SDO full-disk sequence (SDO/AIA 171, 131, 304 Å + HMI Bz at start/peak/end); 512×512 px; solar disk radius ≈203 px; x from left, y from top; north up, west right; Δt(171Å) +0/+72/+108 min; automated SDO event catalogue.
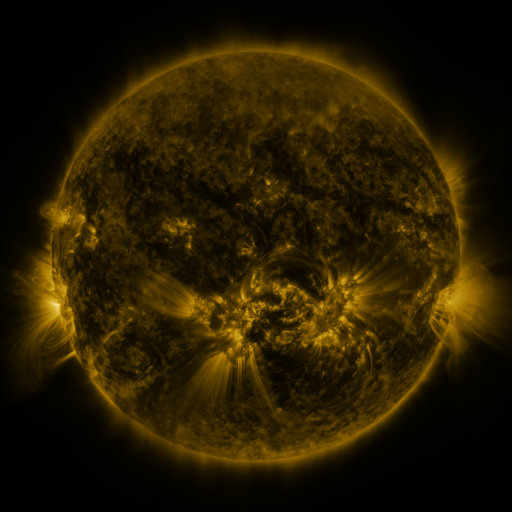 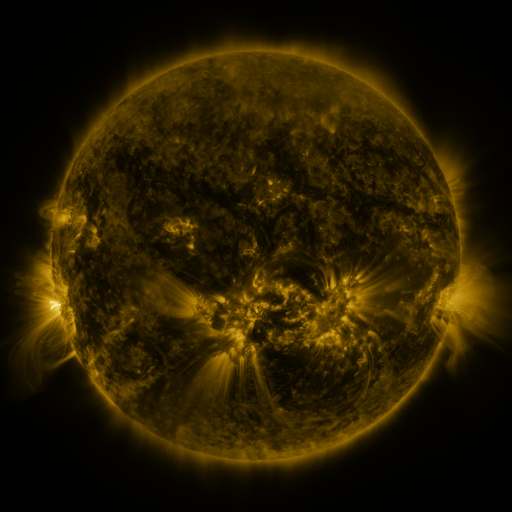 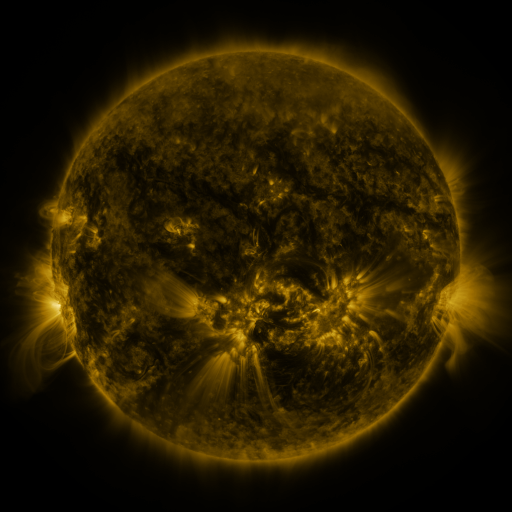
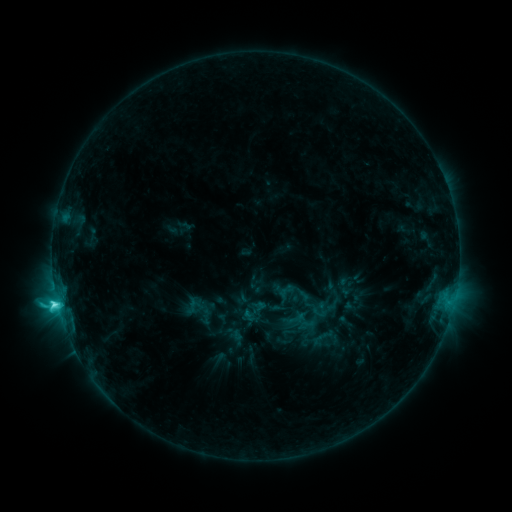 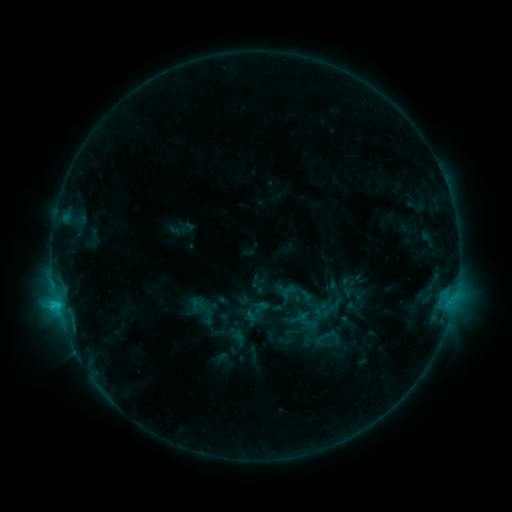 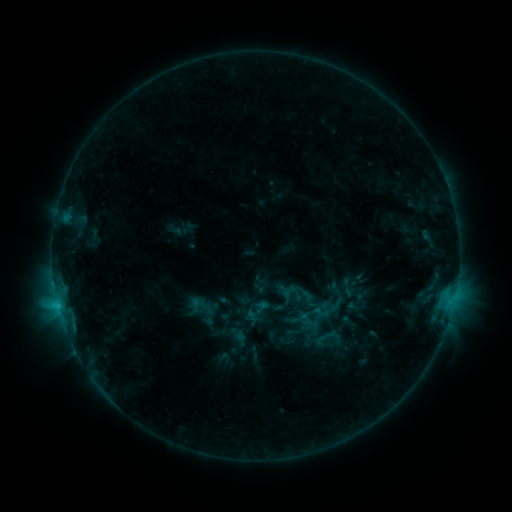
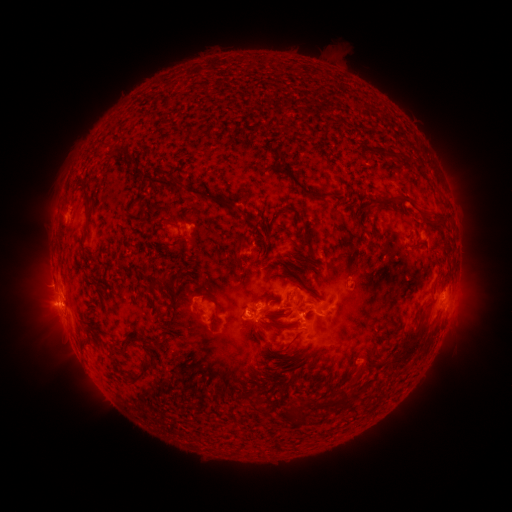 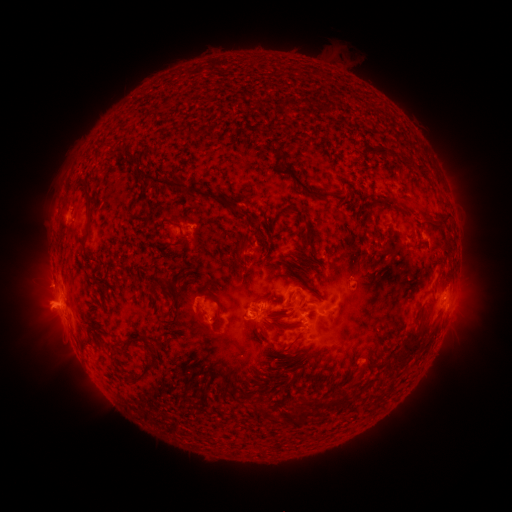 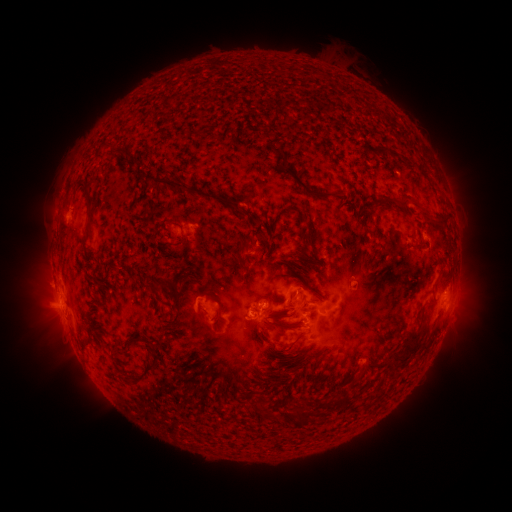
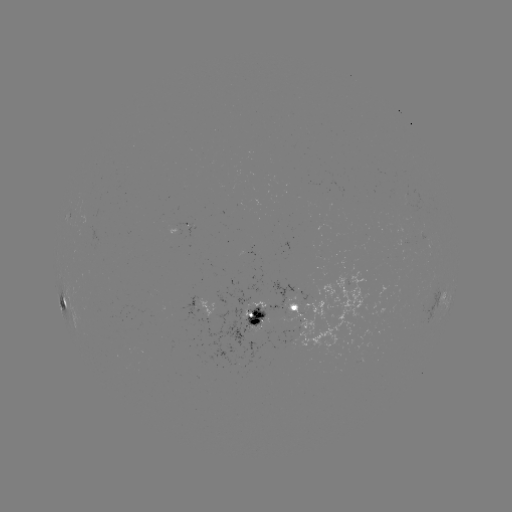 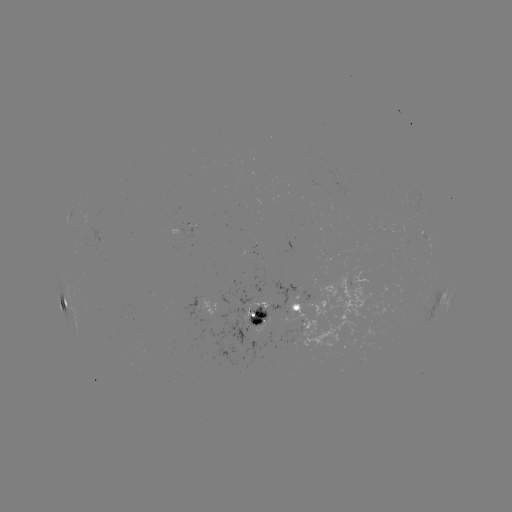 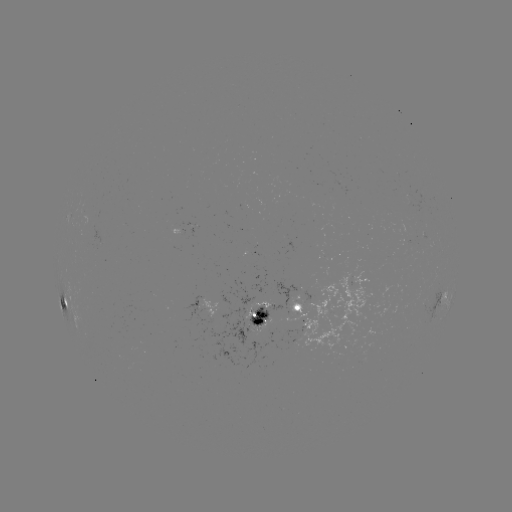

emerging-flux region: [275, 335, 297, 347]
